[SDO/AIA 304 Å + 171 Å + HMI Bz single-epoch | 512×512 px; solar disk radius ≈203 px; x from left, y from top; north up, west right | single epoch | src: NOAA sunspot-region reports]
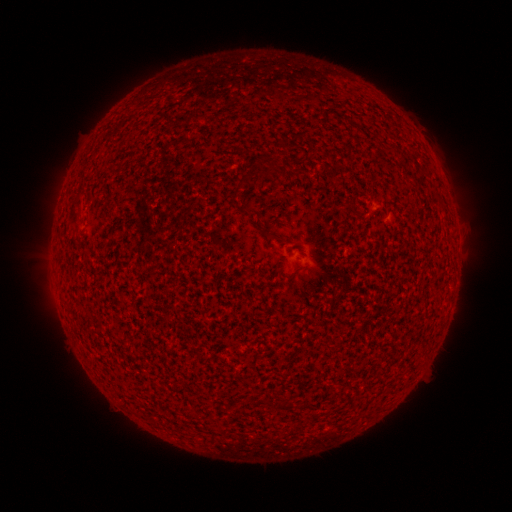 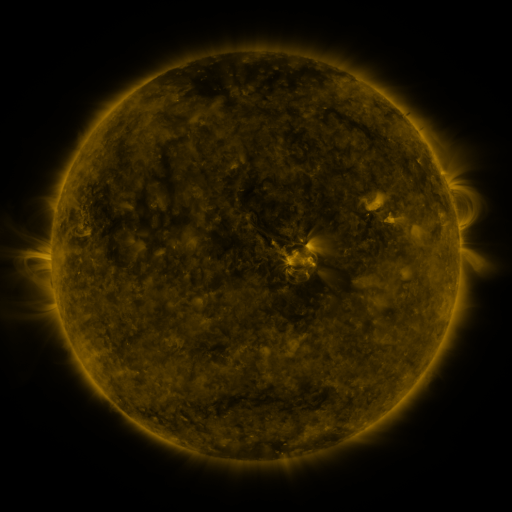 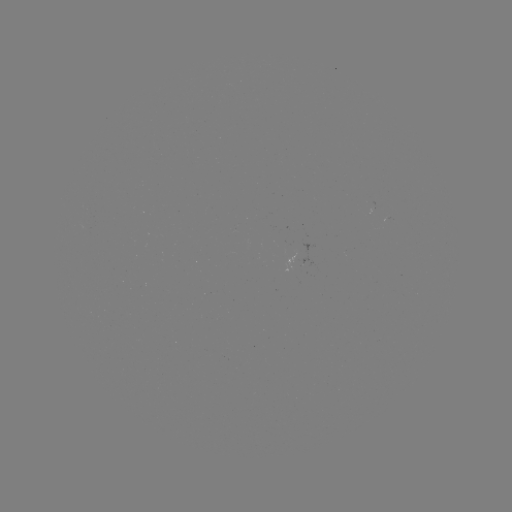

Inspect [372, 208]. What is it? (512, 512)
spotted active region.